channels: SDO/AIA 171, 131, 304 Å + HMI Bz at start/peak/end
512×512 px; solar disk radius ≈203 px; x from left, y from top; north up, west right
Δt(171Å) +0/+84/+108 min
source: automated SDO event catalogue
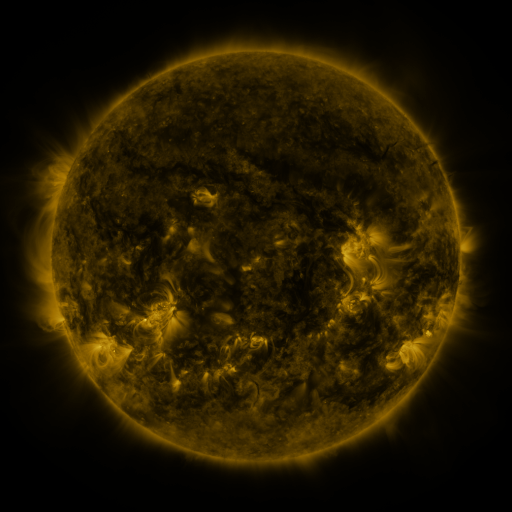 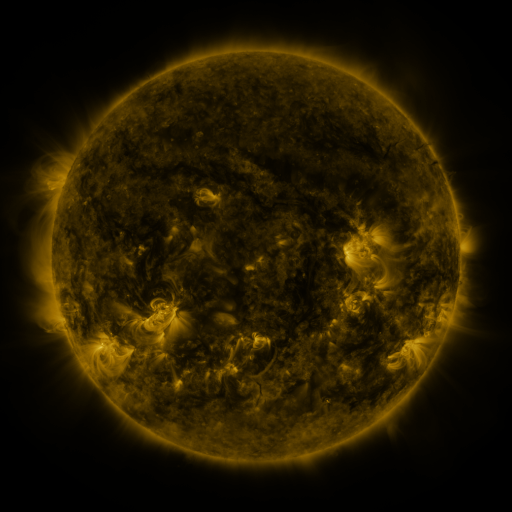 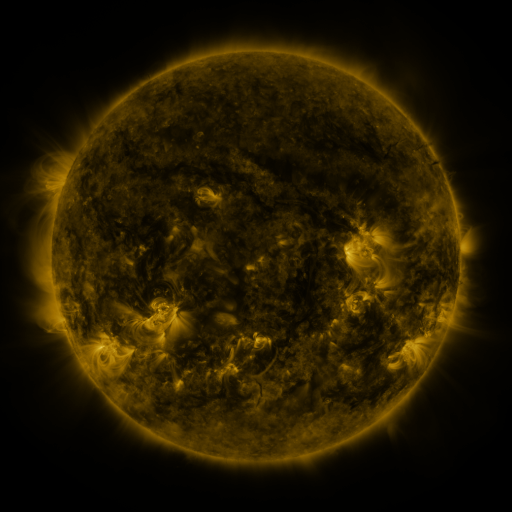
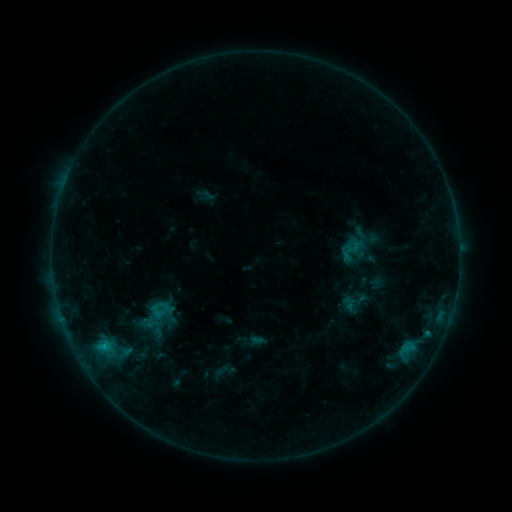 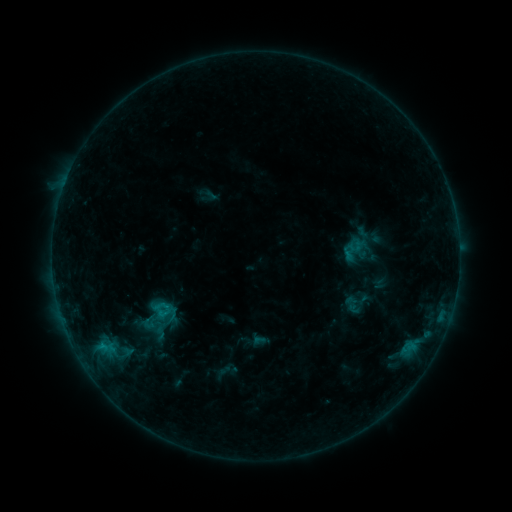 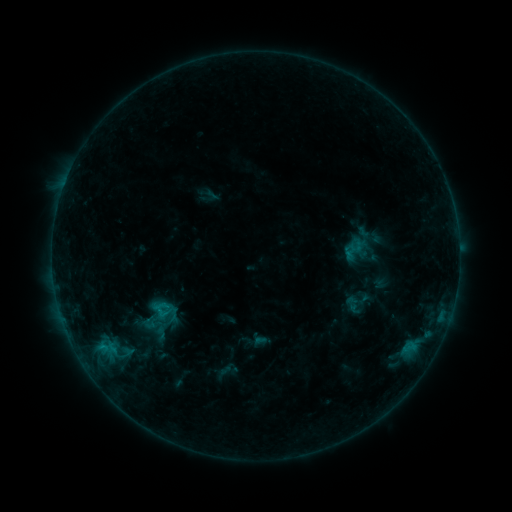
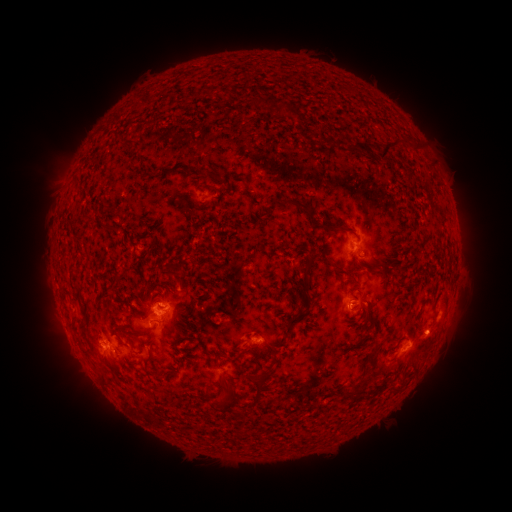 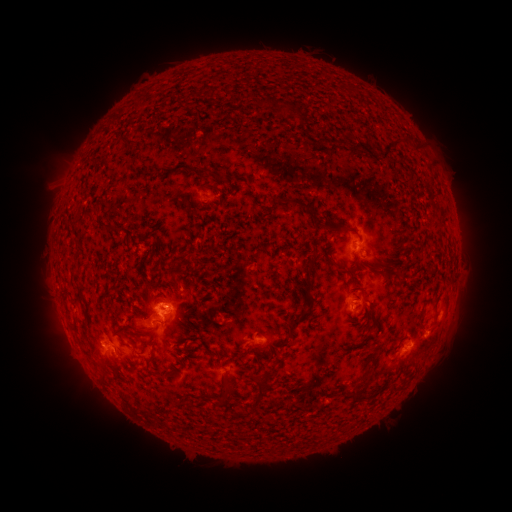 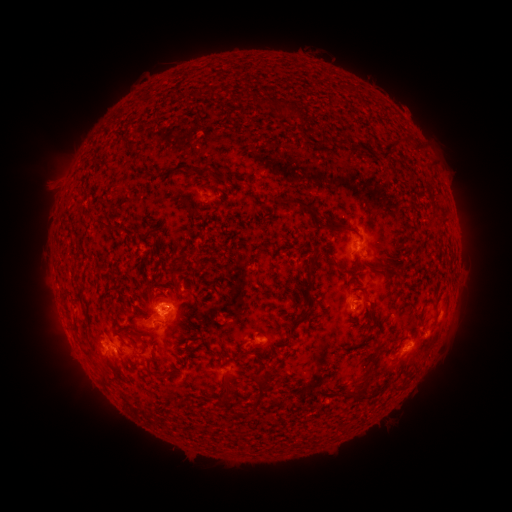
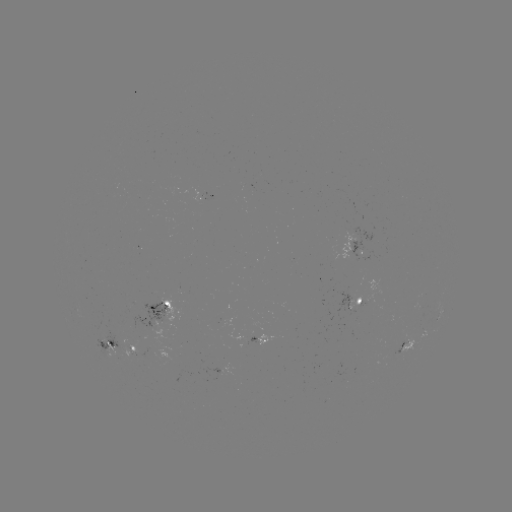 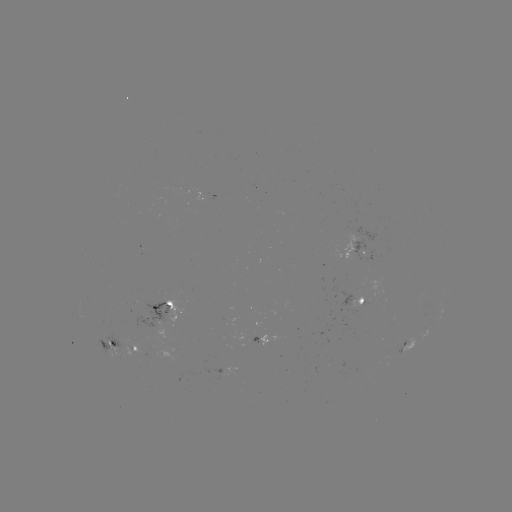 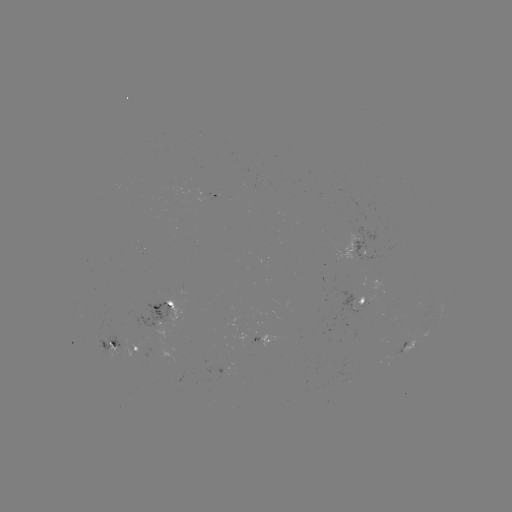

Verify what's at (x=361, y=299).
emerging-flux region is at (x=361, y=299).